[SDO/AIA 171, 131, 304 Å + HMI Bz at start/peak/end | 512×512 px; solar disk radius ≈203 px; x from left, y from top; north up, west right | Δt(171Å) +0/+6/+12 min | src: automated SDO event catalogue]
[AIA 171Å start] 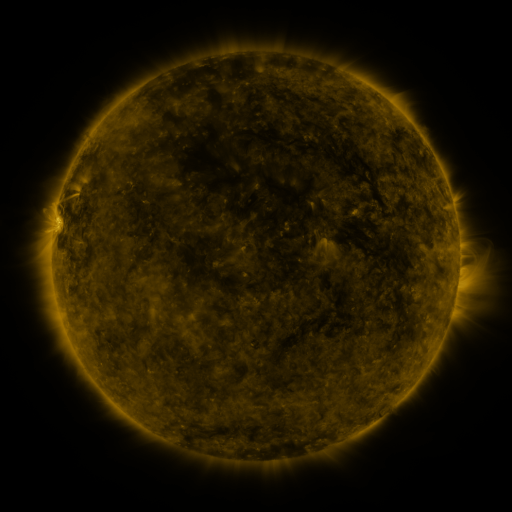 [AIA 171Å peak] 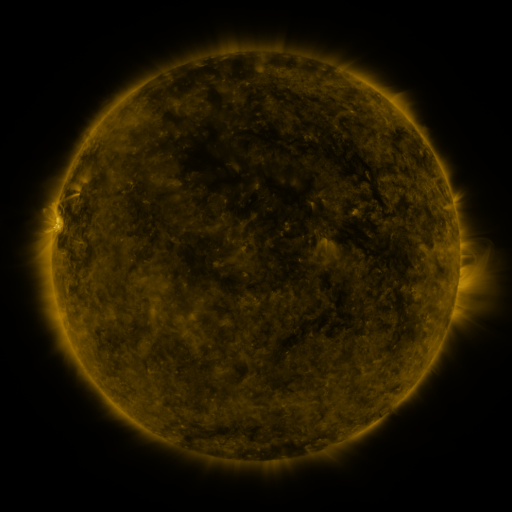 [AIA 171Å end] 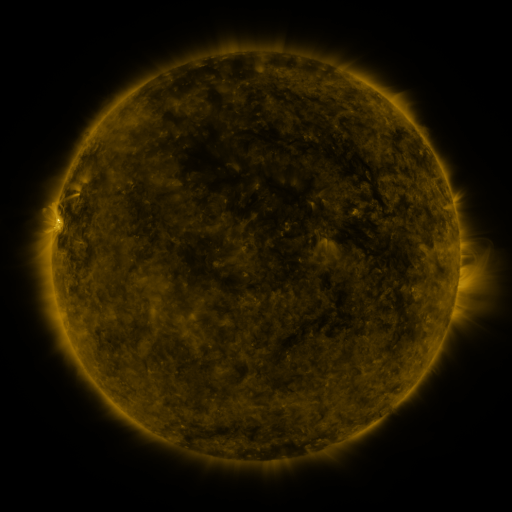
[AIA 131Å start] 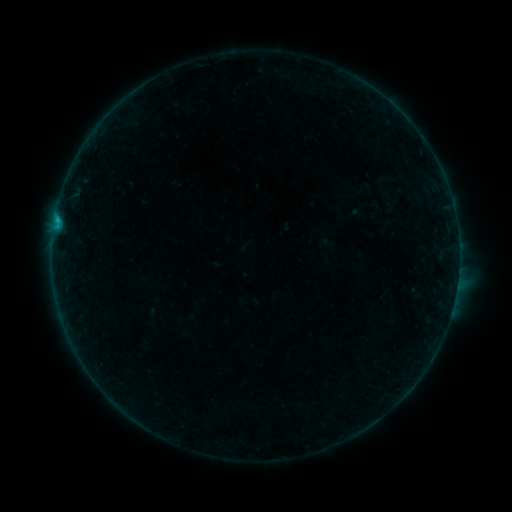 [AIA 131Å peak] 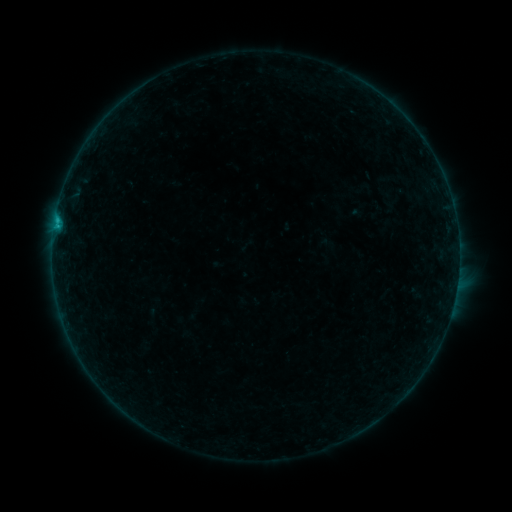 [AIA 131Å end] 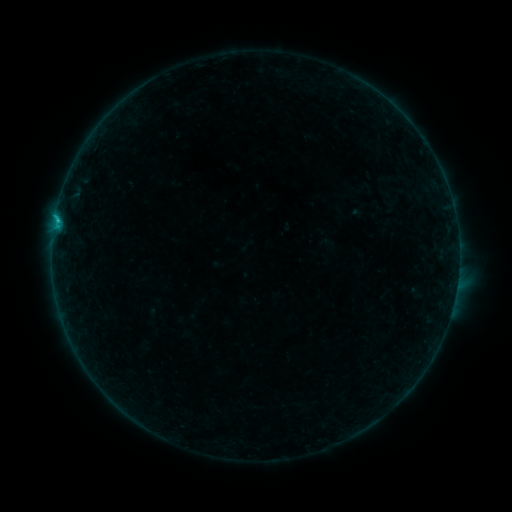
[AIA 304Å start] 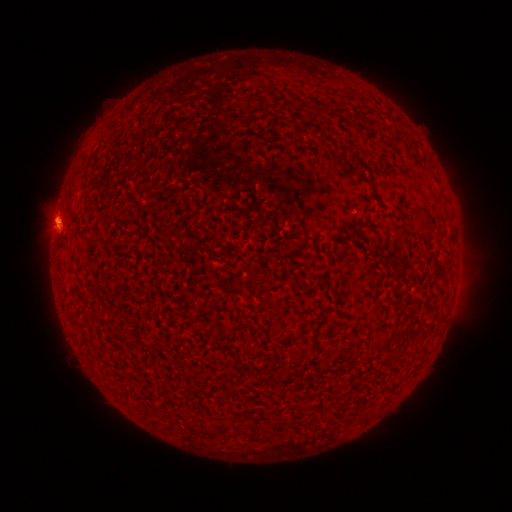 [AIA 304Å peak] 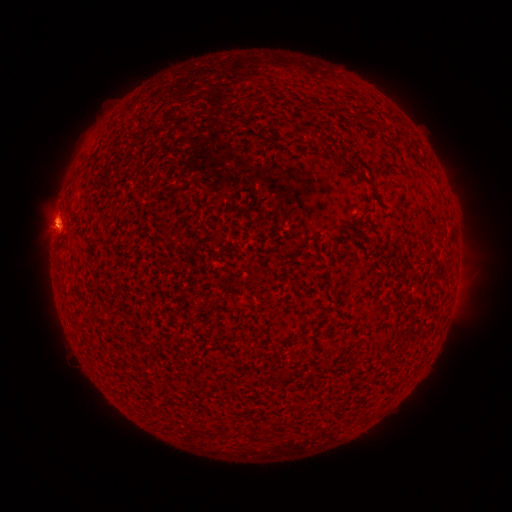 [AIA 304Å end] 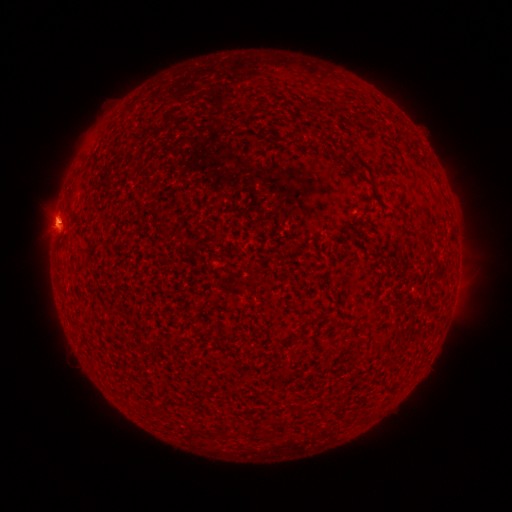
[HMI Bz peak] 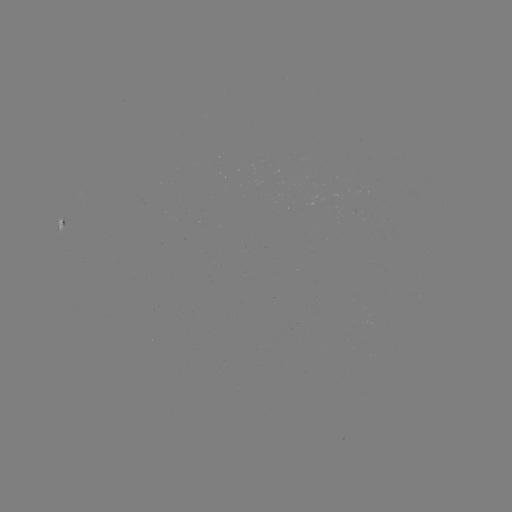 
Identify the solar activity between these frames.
B7.4 flare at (58, 221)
